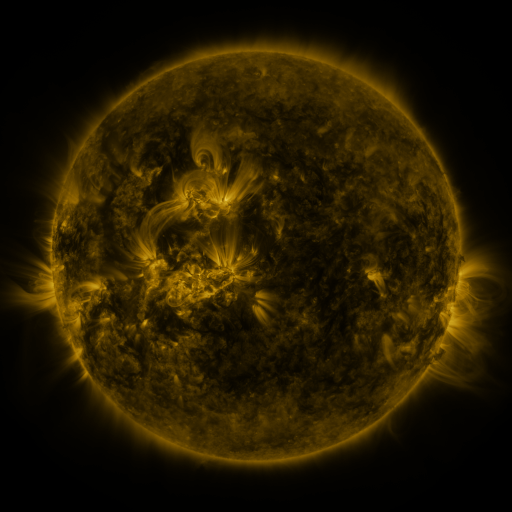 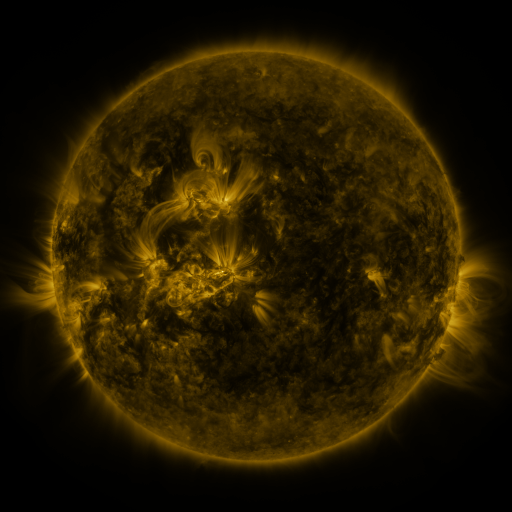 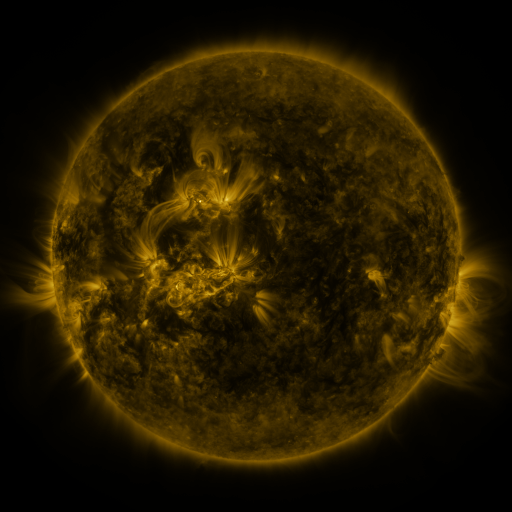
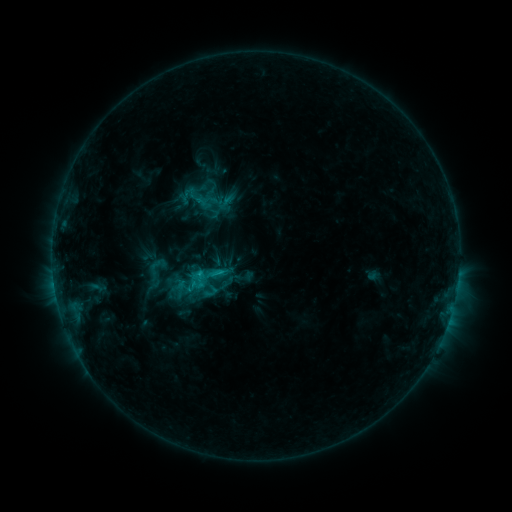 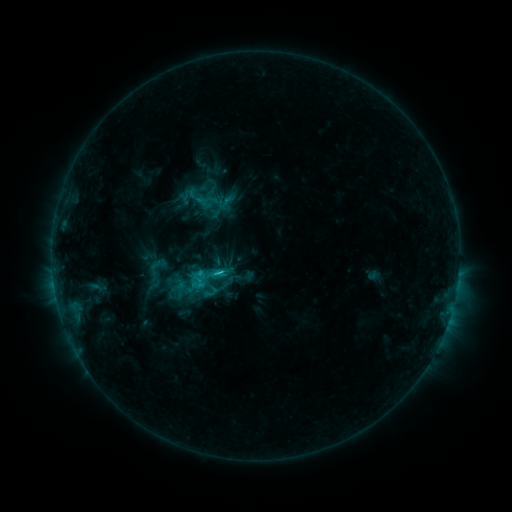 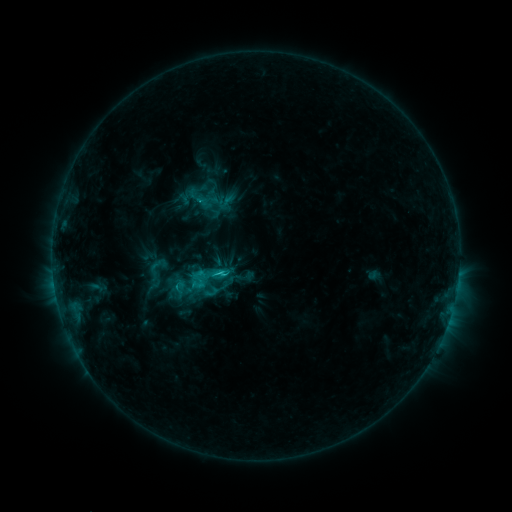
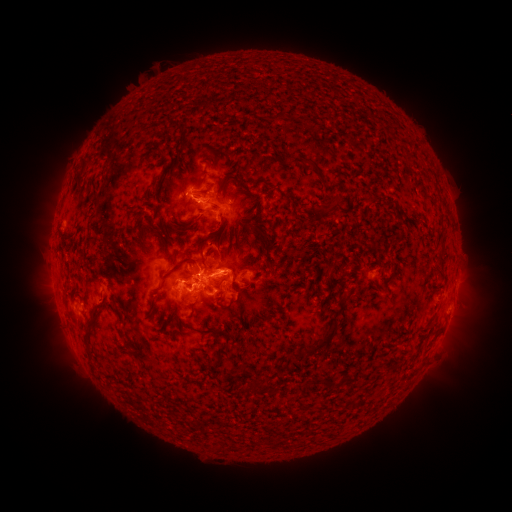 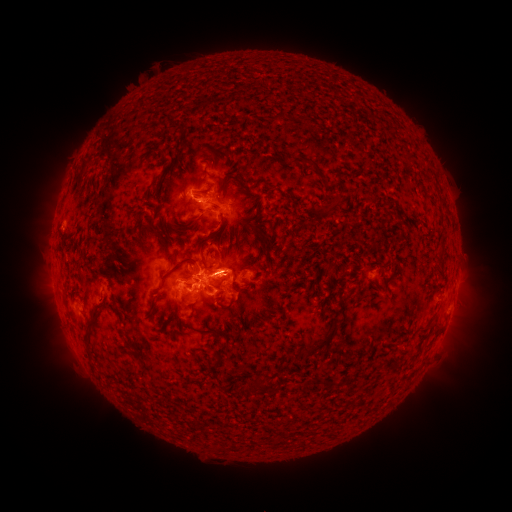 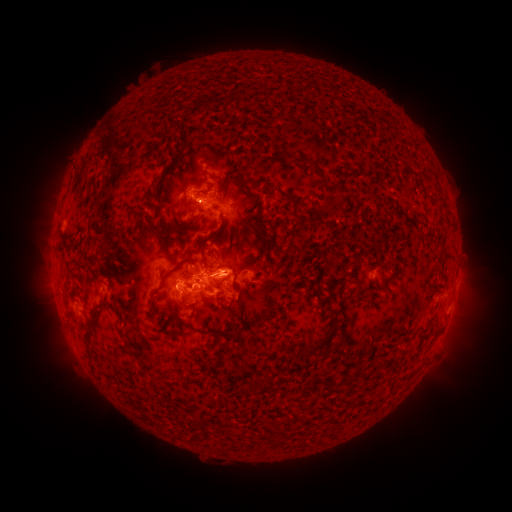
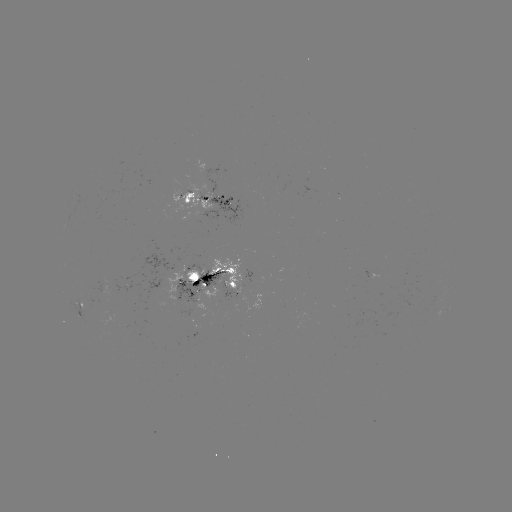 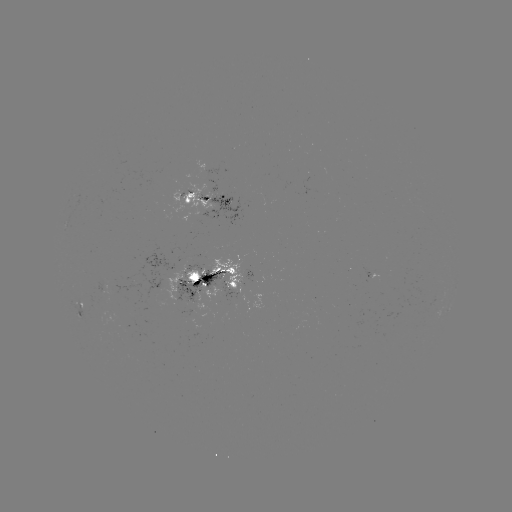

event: flare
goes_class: C3.3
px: (221, 273)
